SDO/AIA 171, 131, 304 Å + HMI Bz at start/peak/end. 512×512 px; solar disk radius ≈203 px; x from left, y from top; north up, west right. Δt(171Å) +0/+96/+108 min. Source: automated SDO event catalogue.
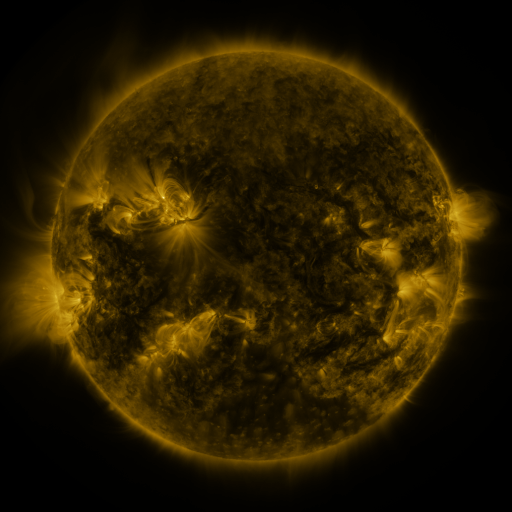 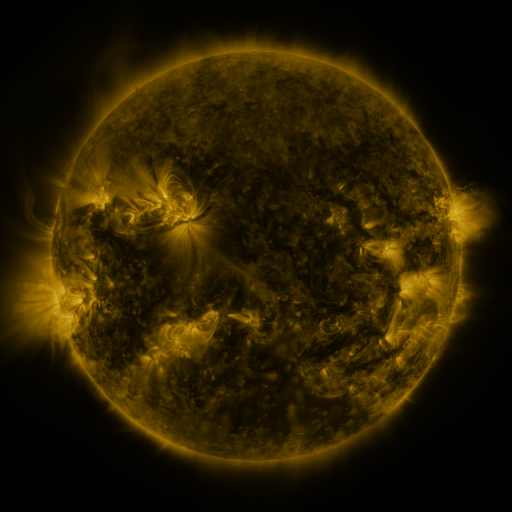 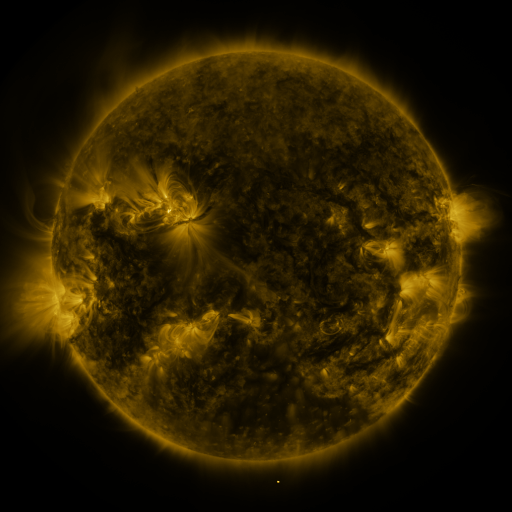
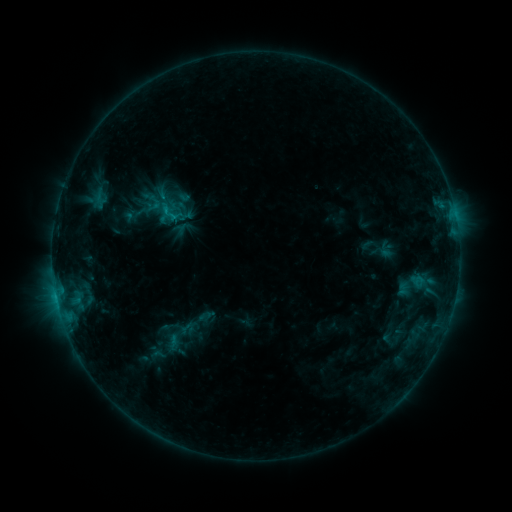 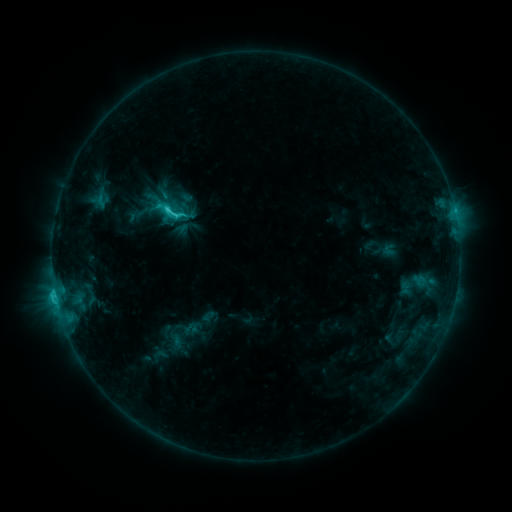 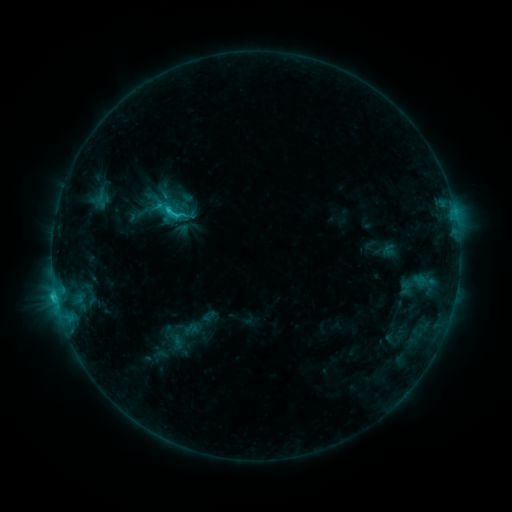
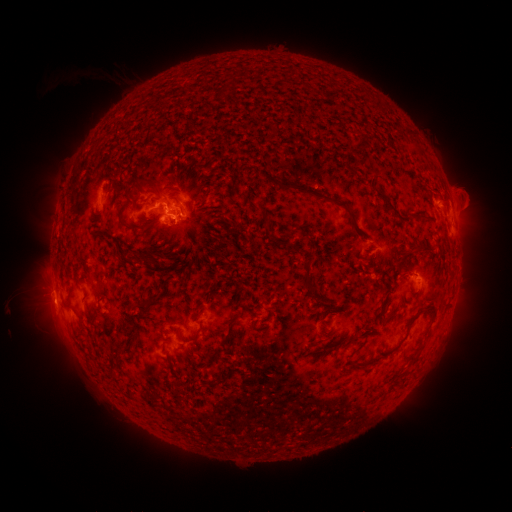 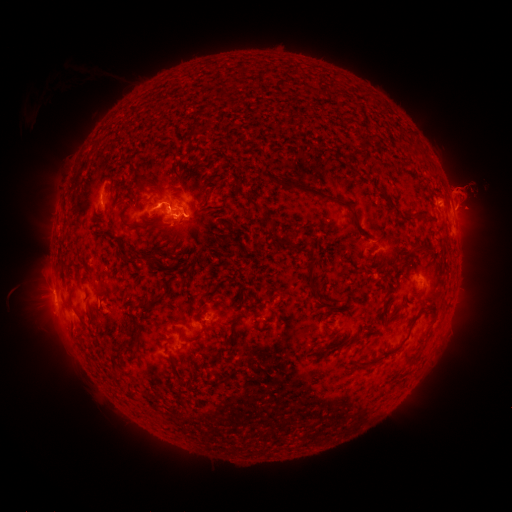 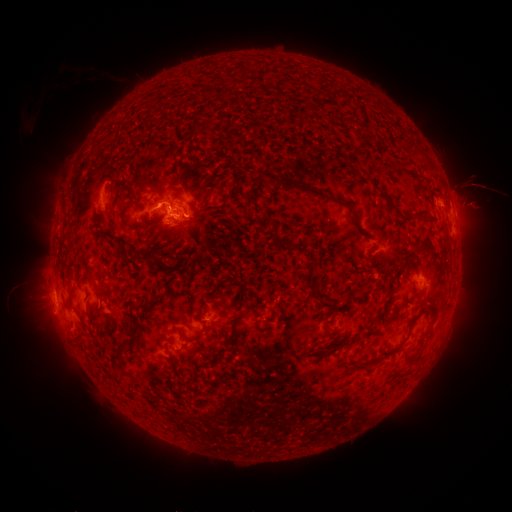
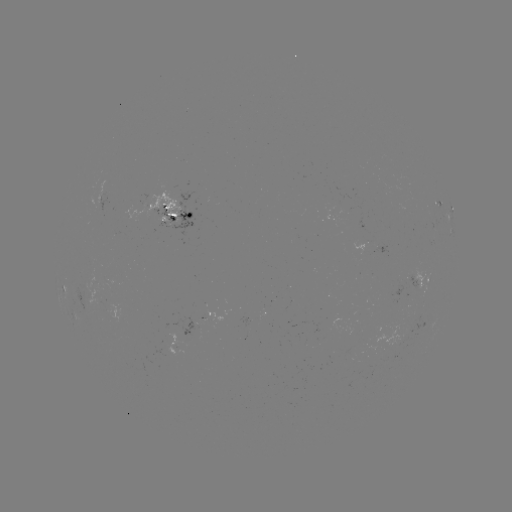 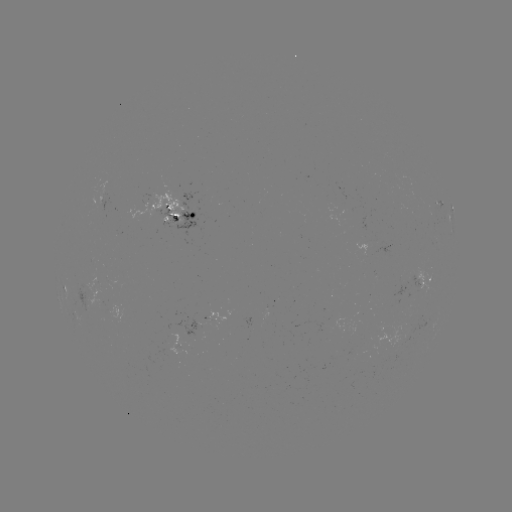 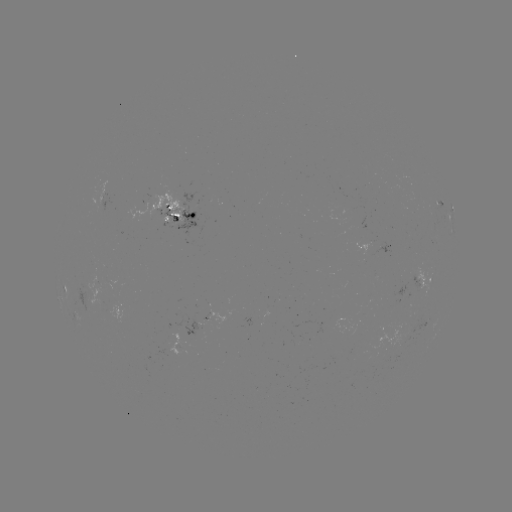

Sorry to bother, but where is C3.6 flare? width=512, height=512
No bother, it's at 170,210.